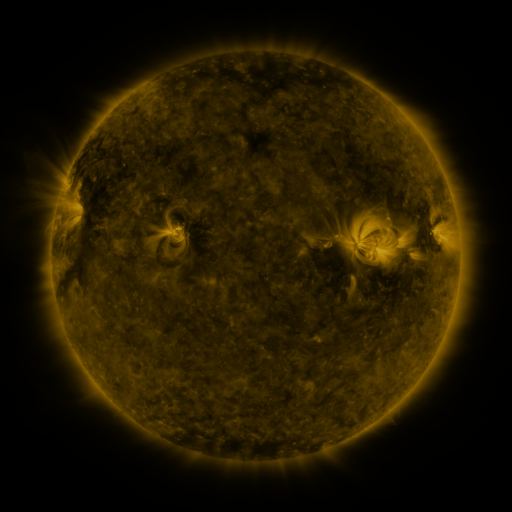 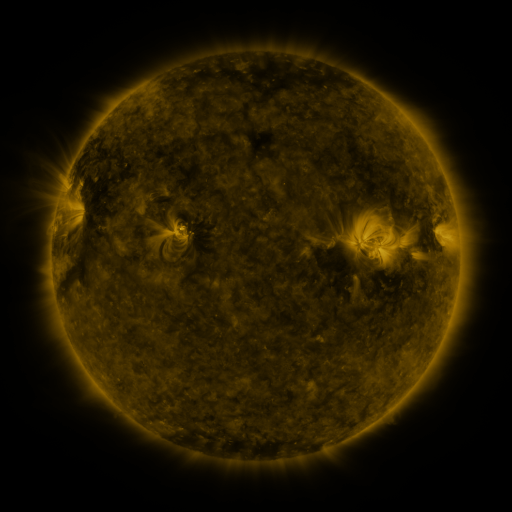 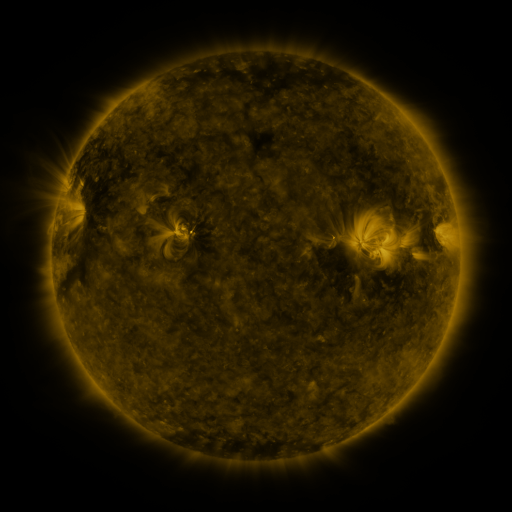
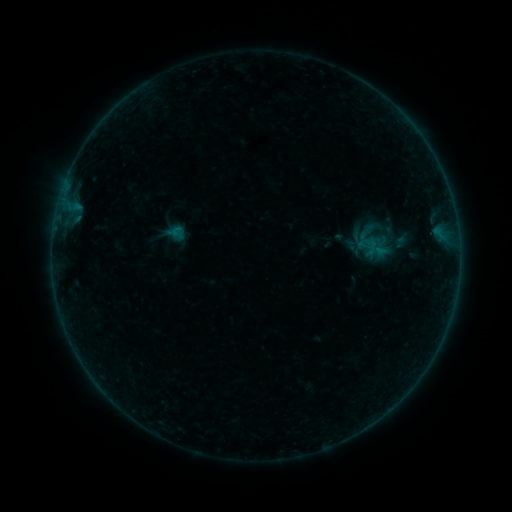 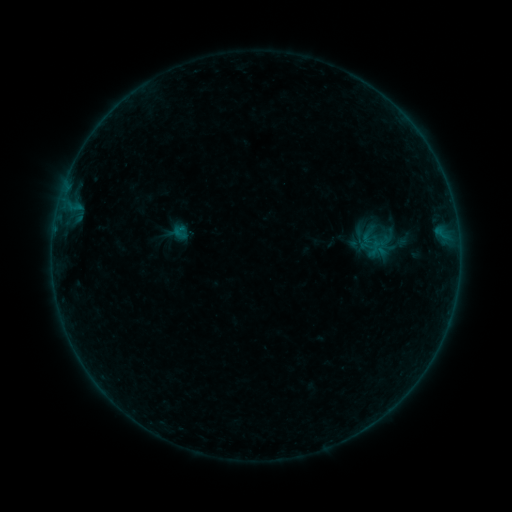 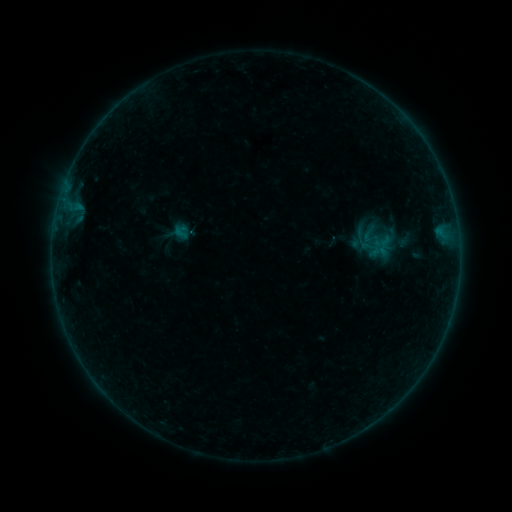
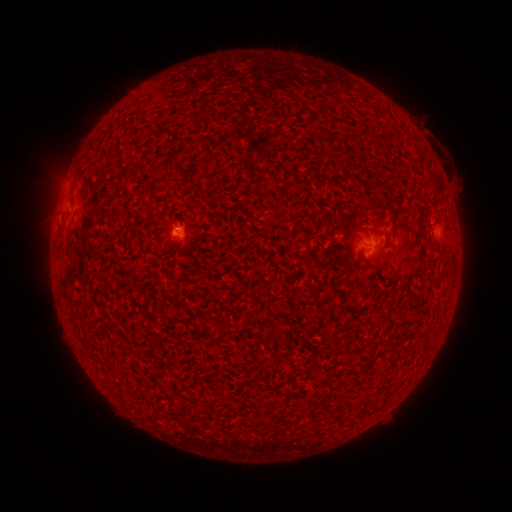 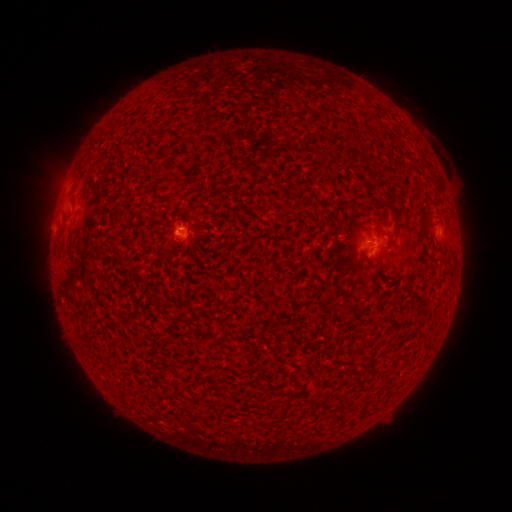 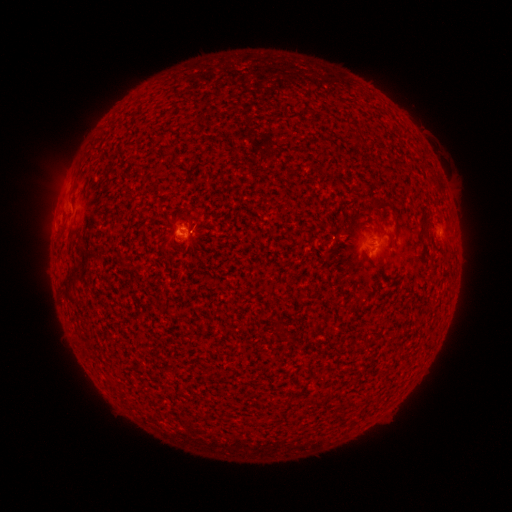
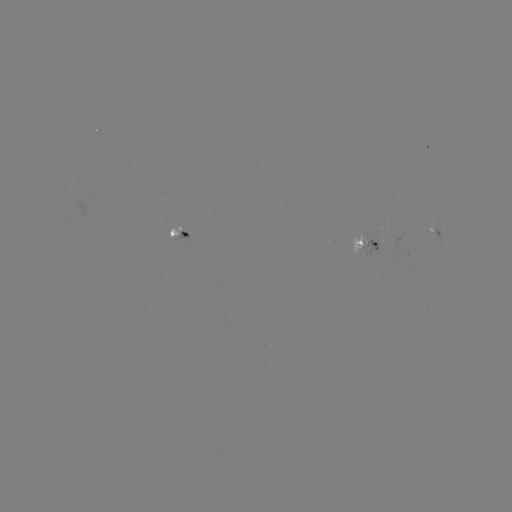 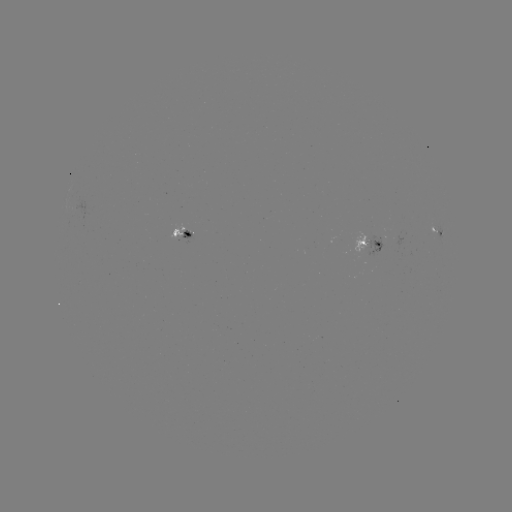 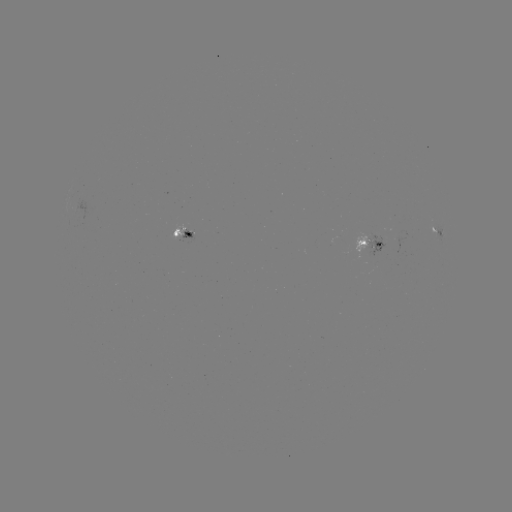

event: emerging-flux region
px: (371, 253)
